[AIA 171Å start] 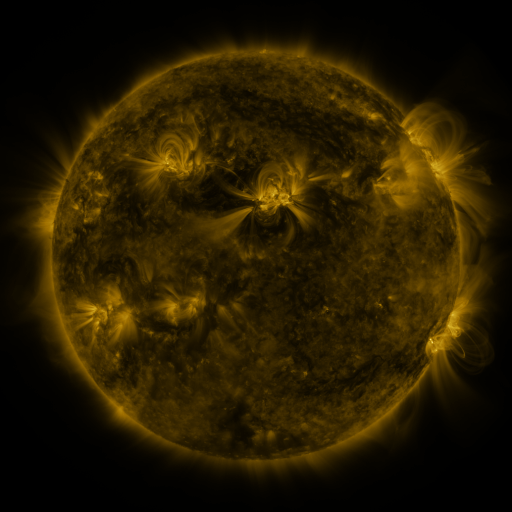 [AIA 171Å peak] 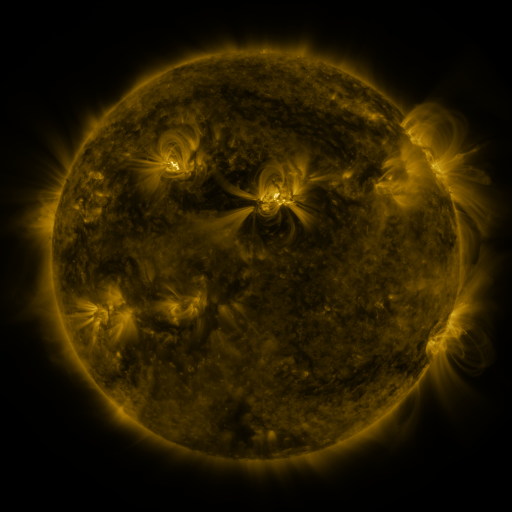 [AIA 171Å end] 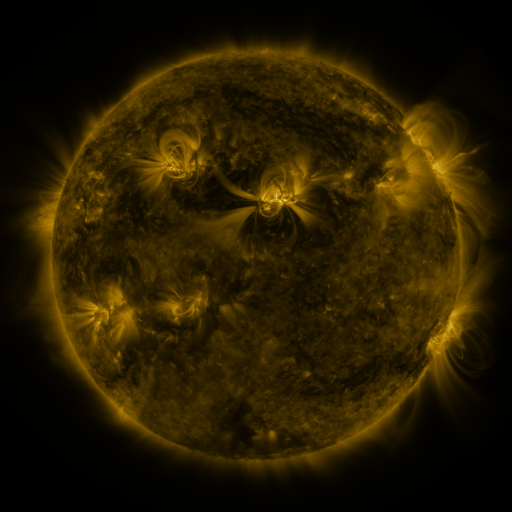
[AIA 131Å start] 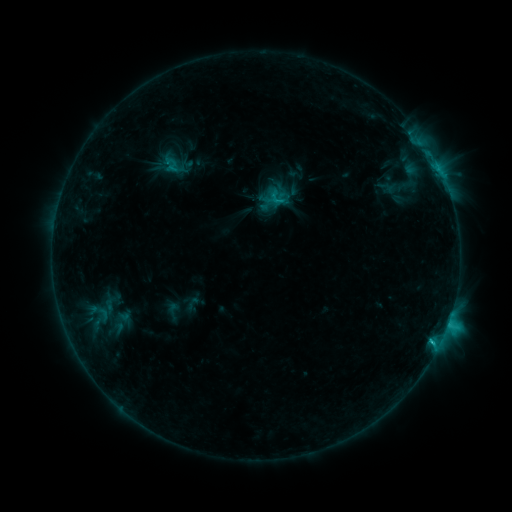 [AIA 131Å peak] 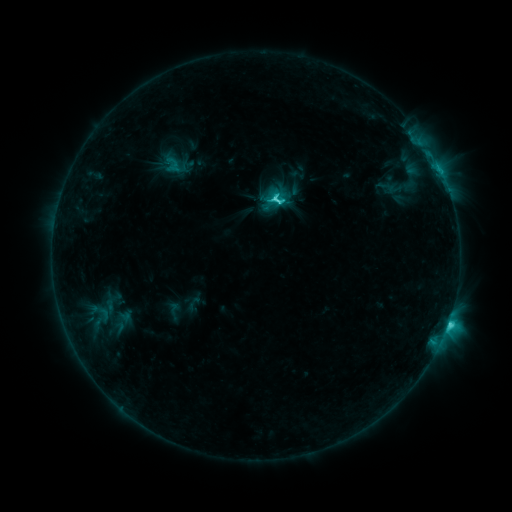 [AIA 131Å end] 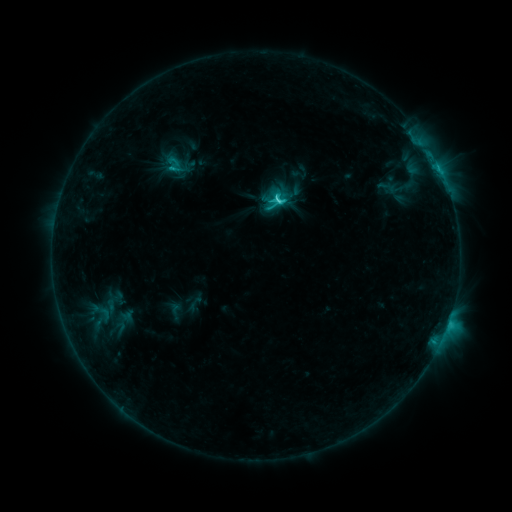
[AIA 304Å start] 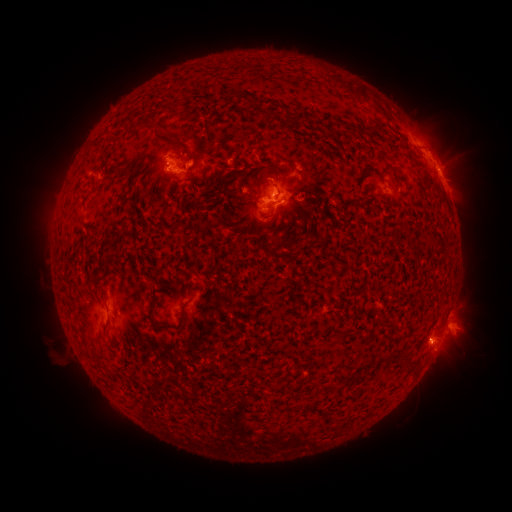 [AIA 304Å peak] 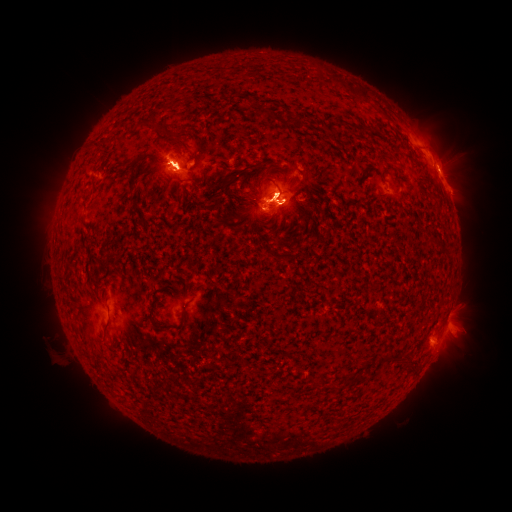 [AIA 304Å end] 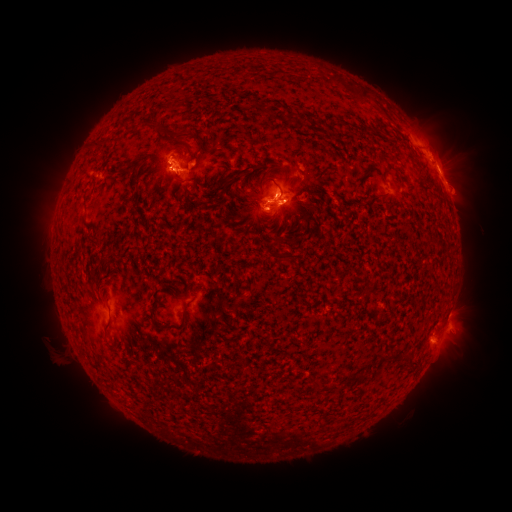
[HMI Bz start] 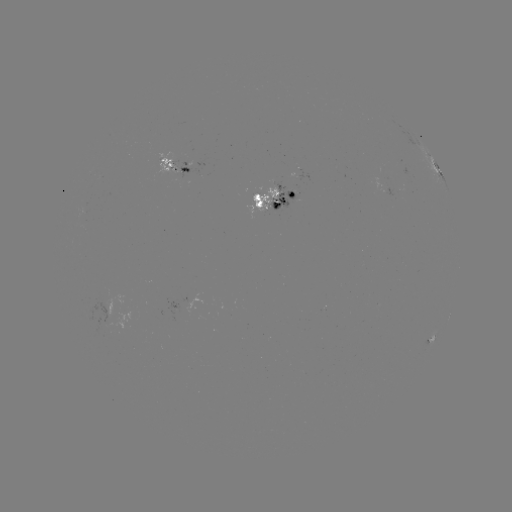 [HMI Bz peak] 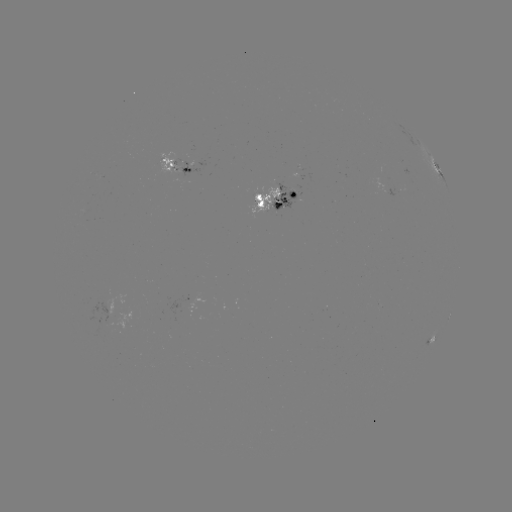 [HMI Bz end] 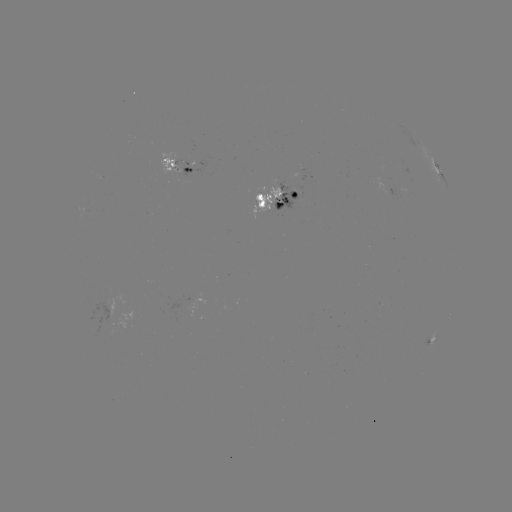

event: emerging-flux region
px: (112, 305)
